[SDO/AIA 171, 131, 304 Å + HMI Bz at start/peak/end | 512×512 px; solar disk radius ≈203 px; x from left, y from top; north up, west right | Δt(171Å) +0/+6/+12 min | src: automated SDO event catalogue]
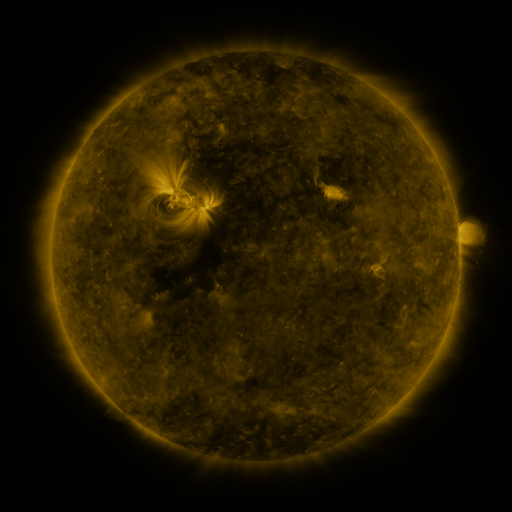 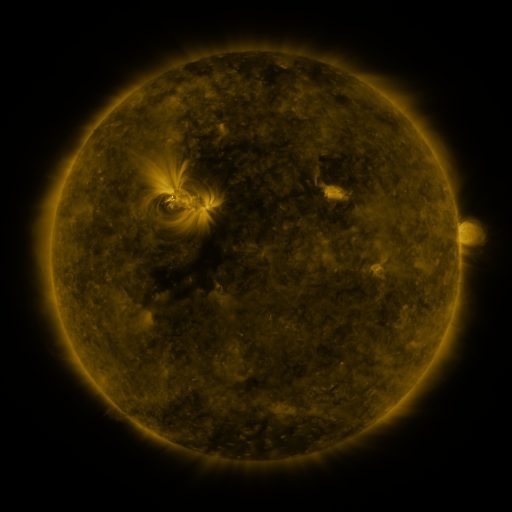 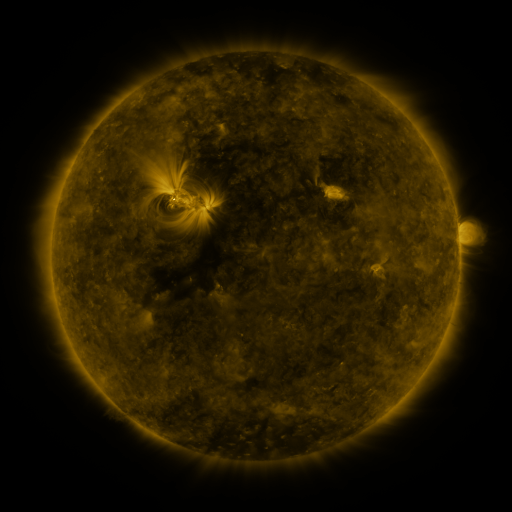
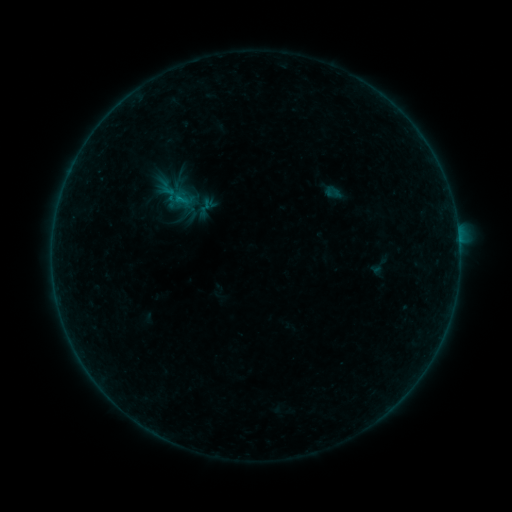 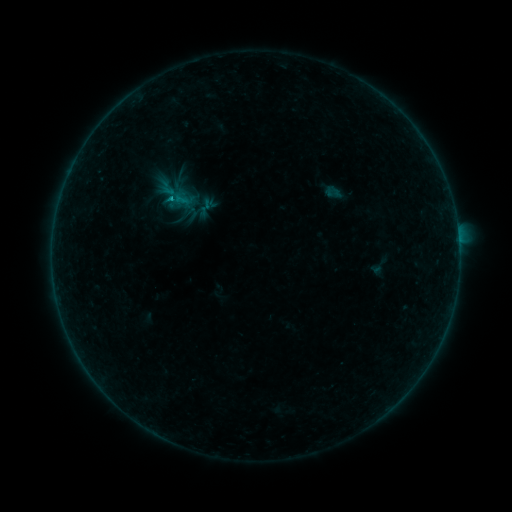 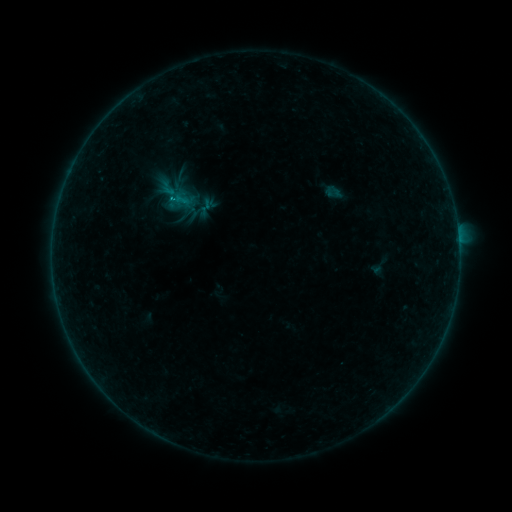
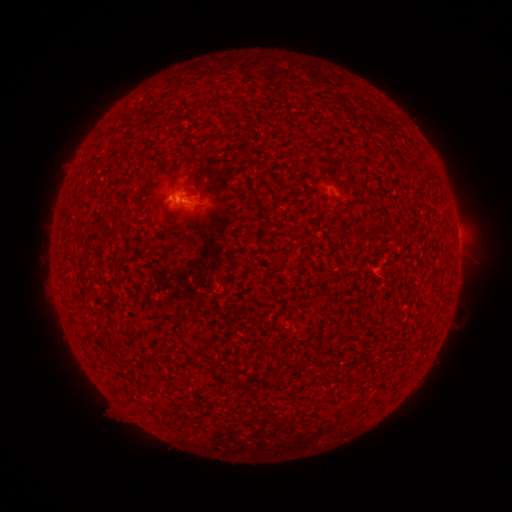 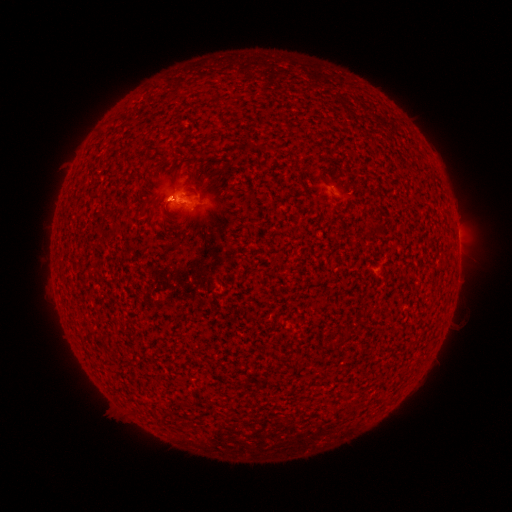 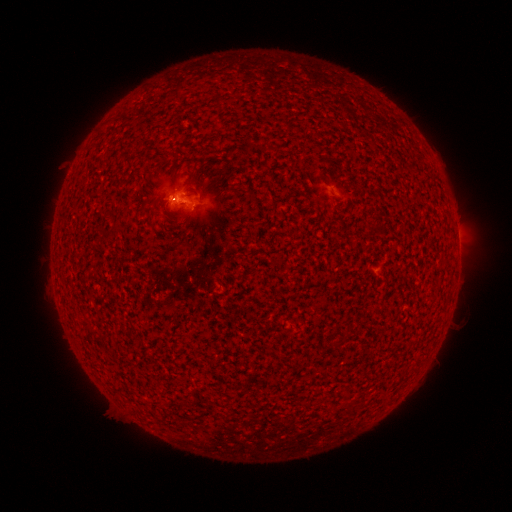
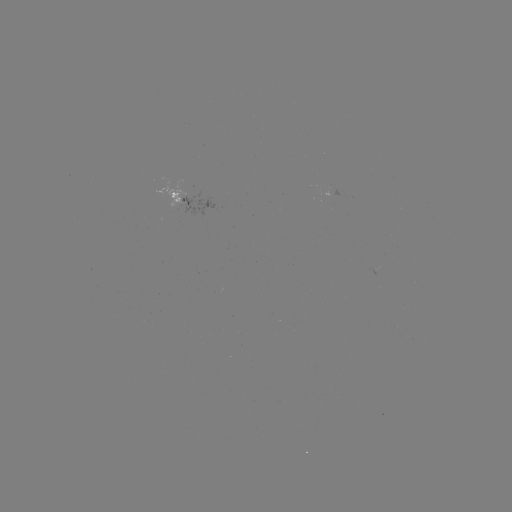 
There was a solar flare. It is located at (172, 199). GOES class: B5.2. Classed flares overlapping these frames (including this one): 1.